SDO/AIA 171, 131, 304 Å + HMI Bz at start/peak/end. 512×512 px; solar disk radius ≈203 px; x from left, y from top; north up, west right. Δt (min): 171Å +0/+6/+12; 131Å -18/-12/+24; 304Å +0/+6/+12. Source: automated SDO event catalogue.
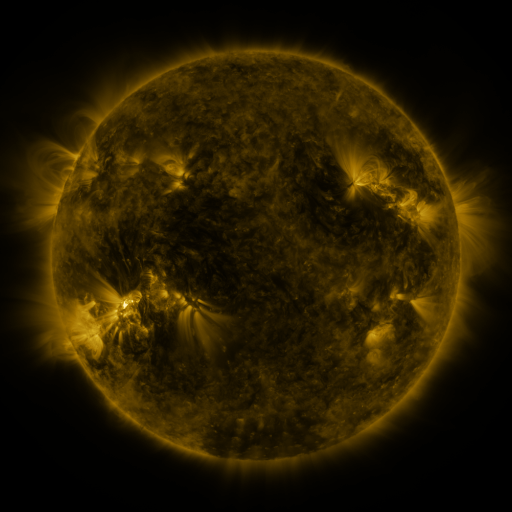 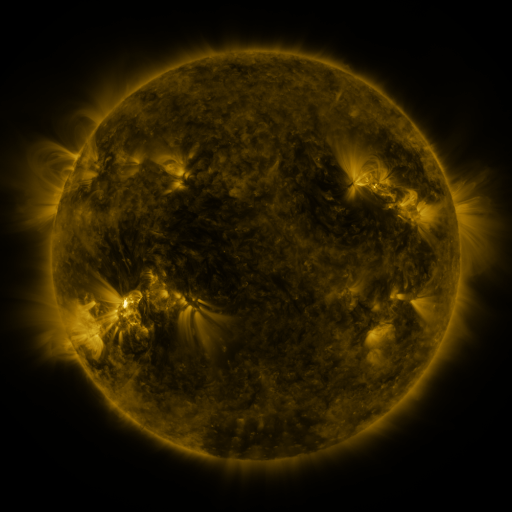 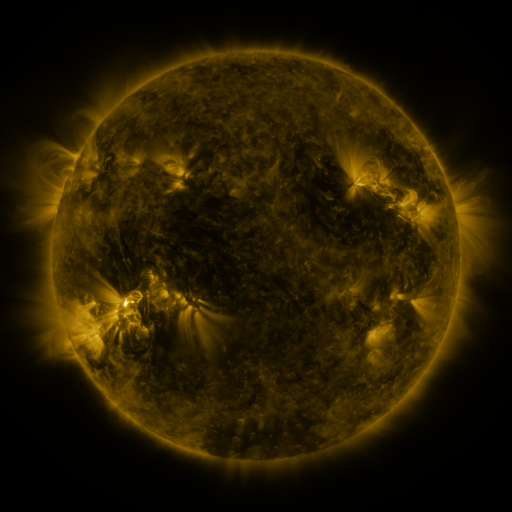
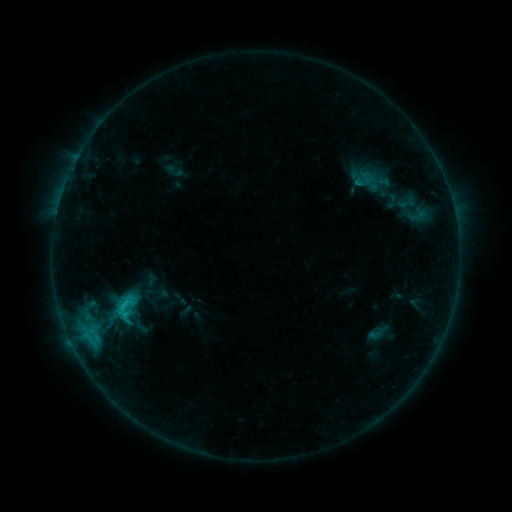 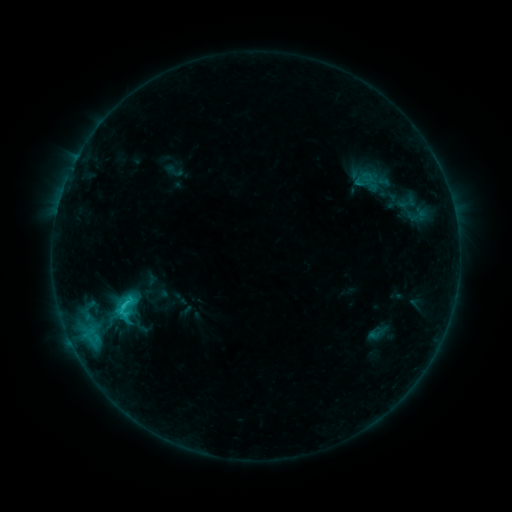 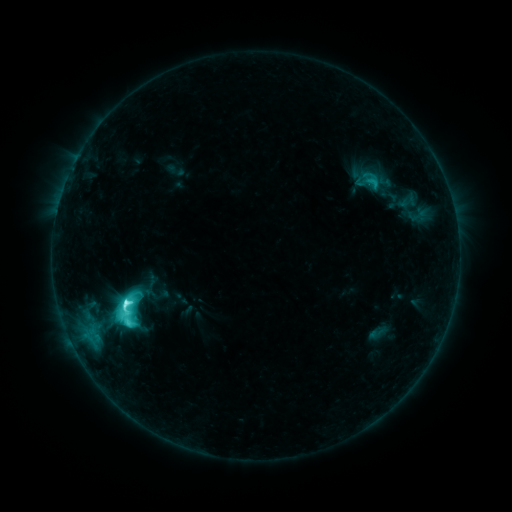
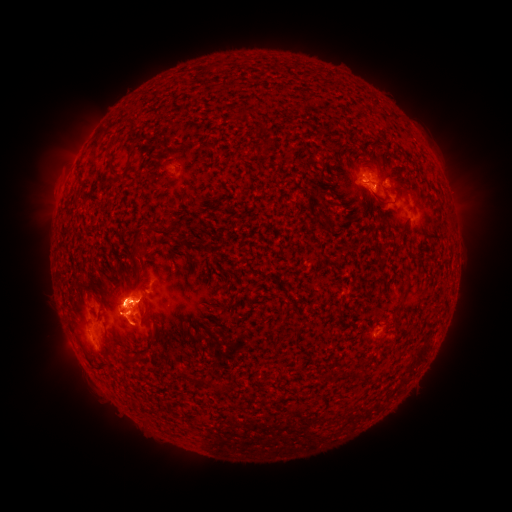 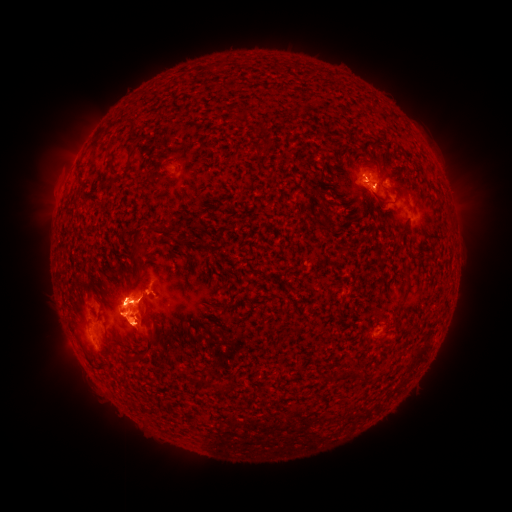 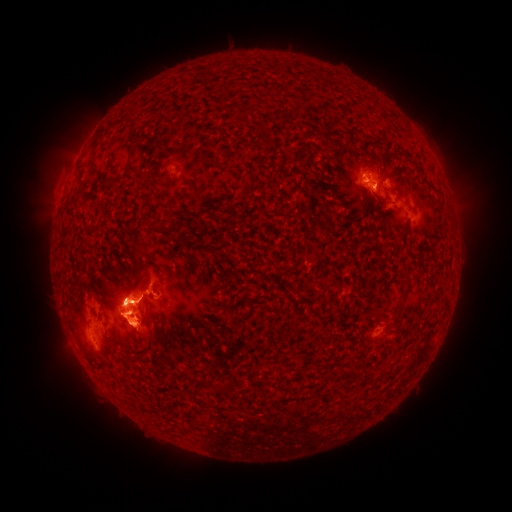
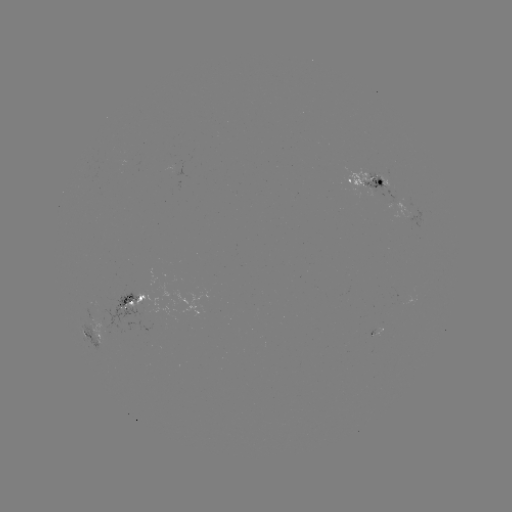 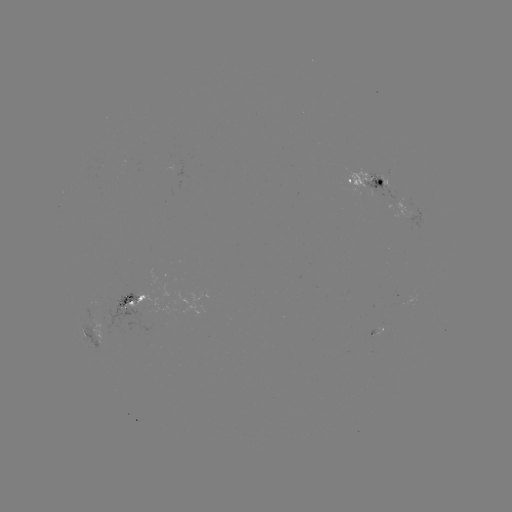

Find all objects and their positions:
eruption: (118, 283)
